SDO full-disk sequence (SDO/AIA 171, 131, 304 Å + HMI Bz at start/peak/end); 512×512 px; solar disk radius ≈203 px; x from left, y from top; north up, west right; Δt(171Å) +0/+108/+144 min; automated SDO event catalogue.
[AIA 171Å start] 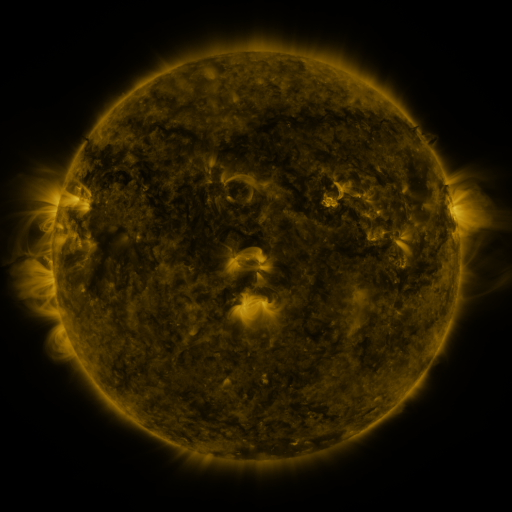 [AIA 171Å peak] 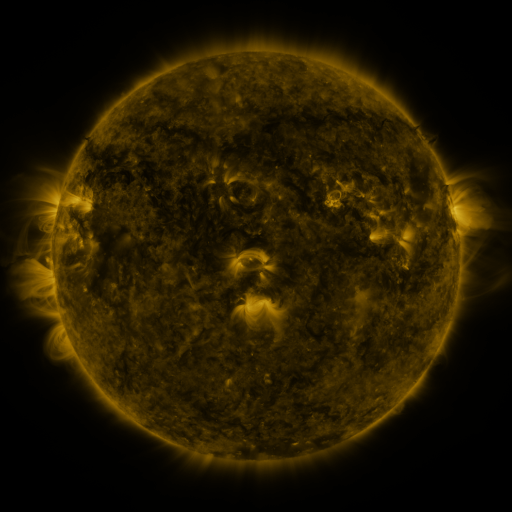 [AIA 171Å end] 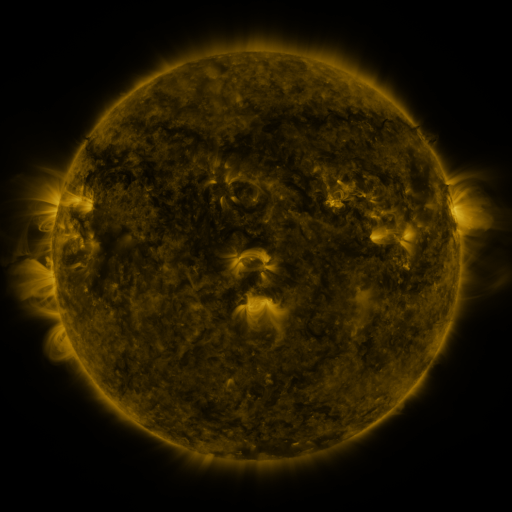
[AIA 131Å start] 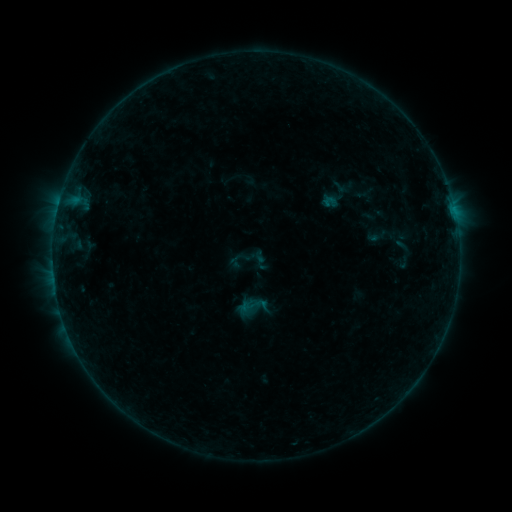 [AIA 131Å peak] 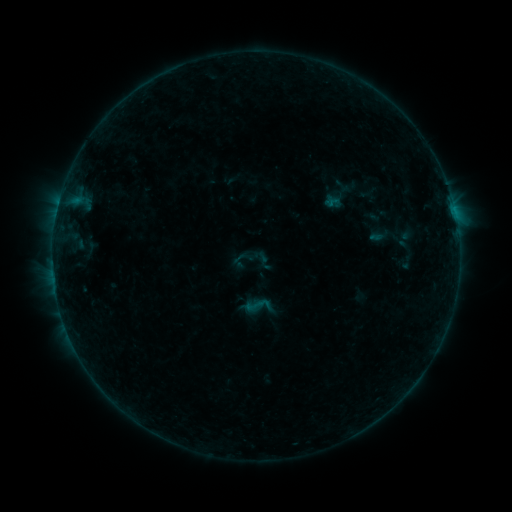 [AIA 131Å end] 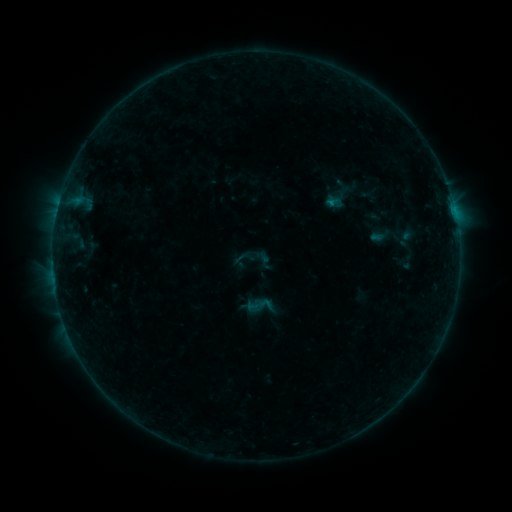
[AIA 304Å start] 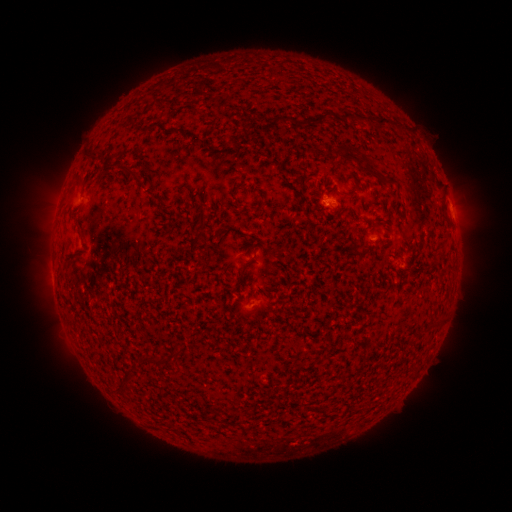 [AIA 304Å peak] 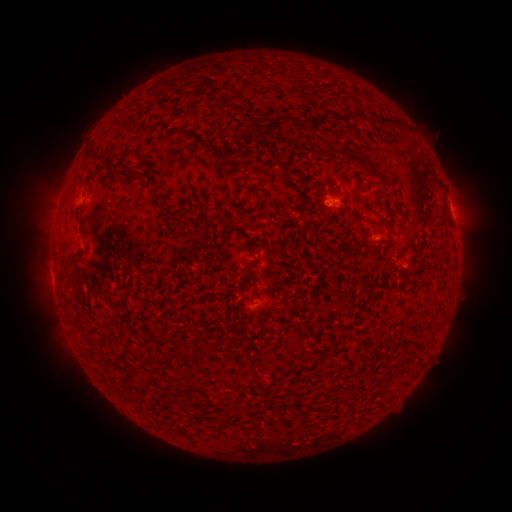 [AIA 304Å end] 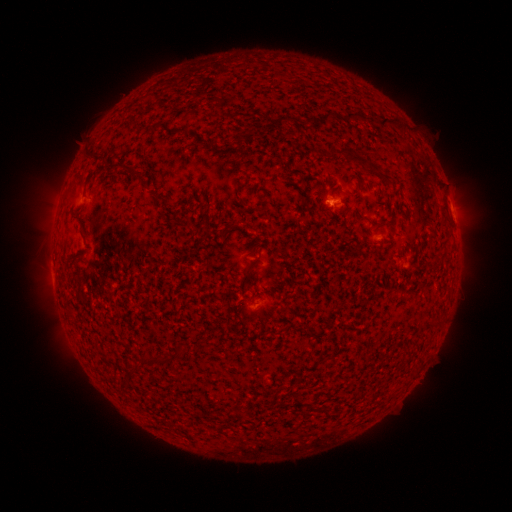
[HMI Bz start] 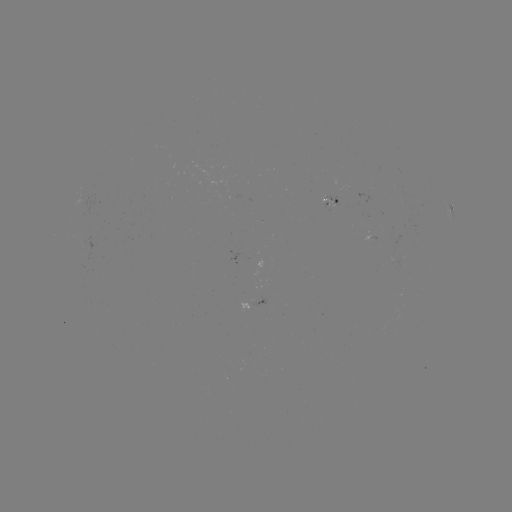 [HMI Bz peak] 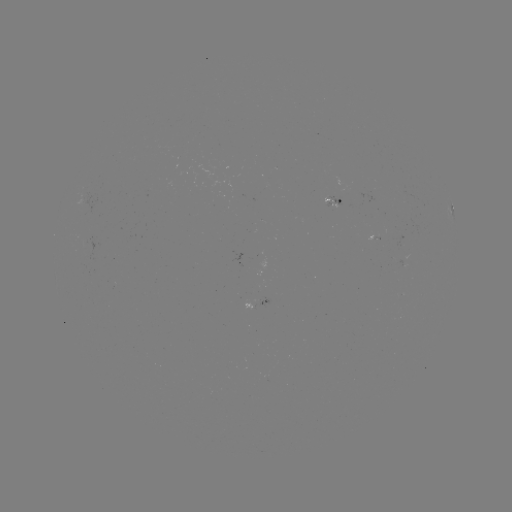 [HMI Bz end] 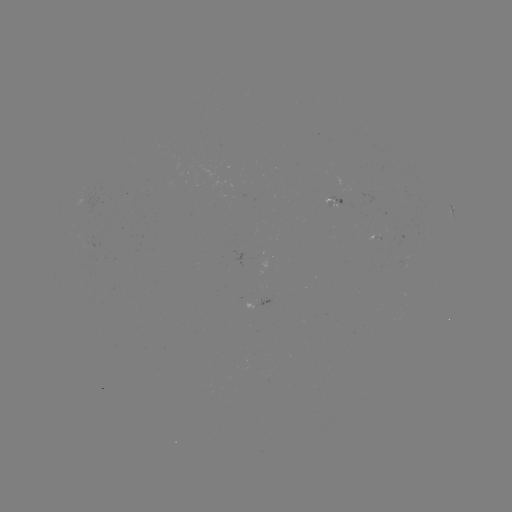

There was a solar emerging-flux region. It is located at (340, 191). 